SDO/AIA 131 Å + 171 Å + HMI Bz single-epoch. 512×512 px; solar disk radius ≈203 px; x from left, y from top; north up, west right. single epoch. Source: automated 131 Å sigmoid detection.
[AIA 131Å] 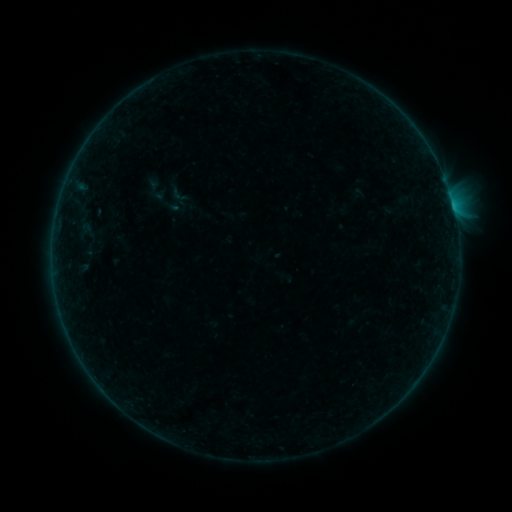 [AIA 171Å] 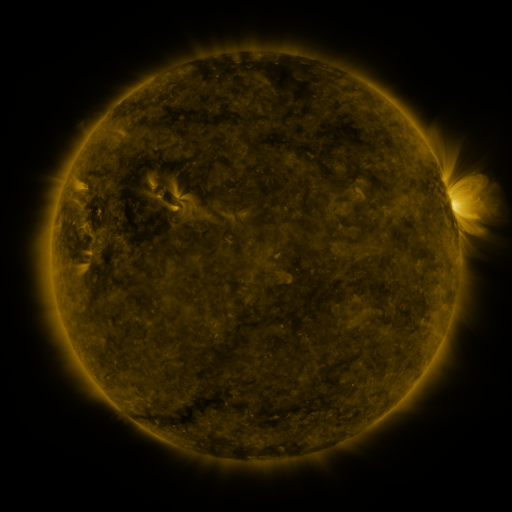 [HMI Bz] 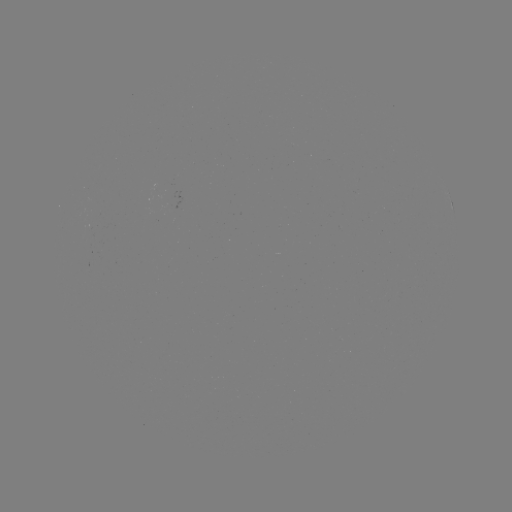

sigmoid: <bbox>146, 183, 182, 219</bbox>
